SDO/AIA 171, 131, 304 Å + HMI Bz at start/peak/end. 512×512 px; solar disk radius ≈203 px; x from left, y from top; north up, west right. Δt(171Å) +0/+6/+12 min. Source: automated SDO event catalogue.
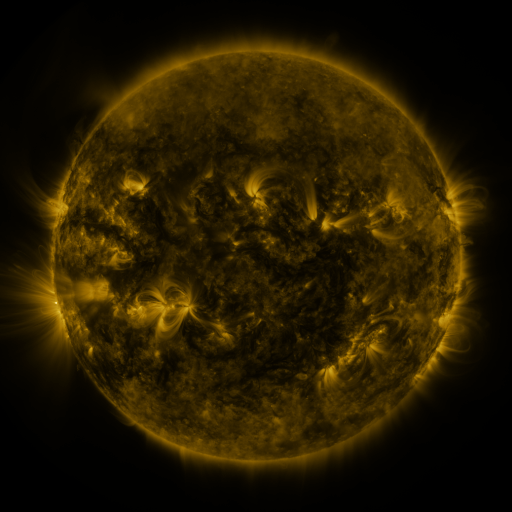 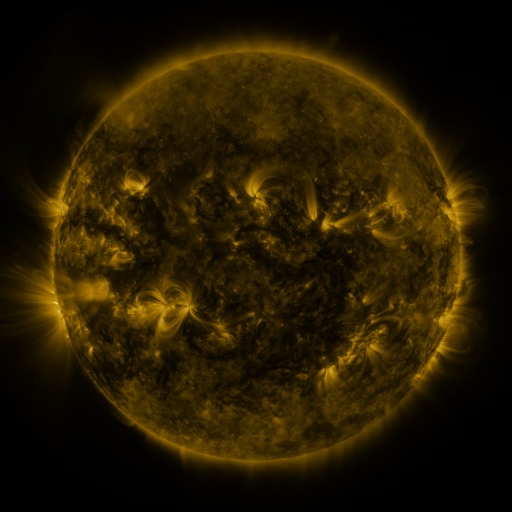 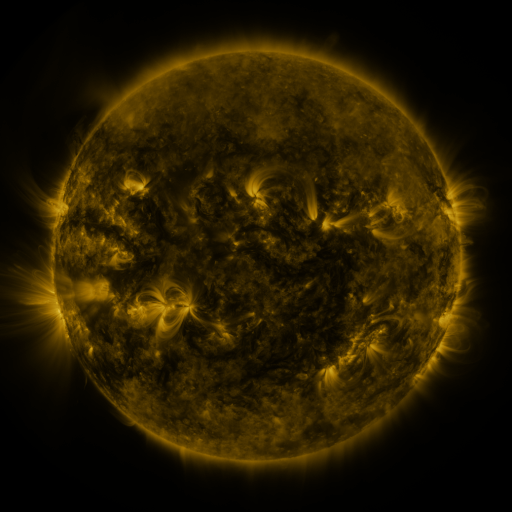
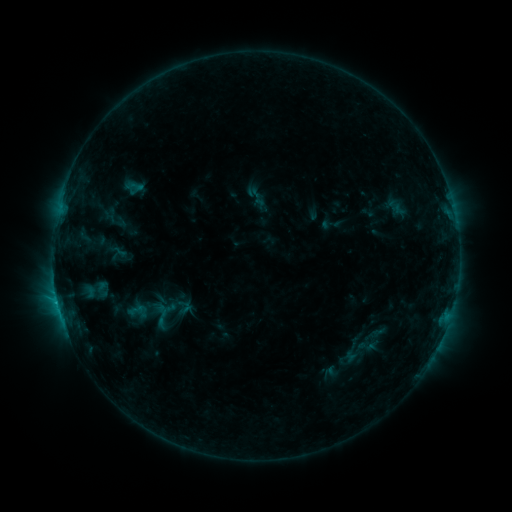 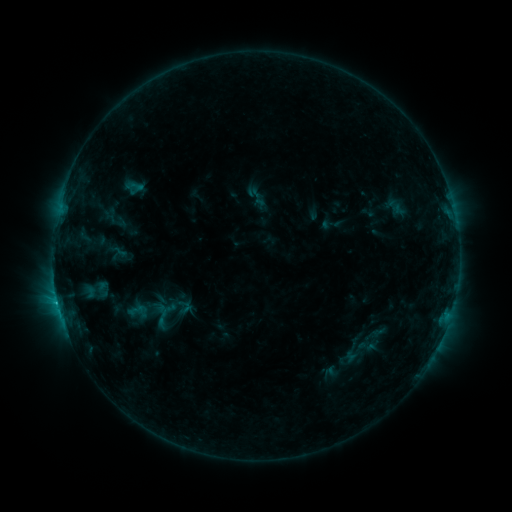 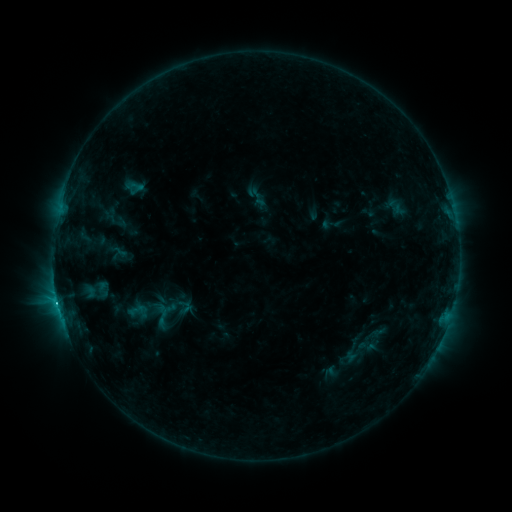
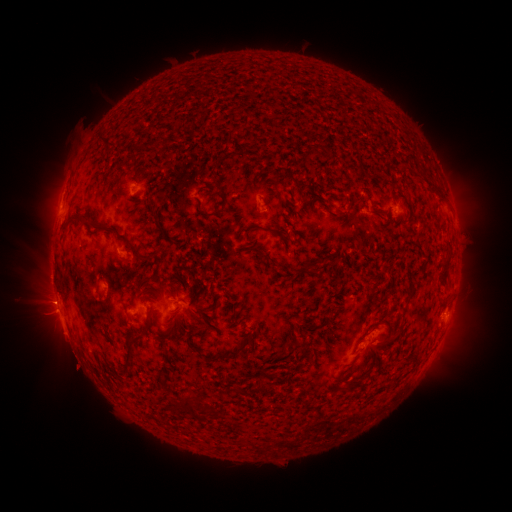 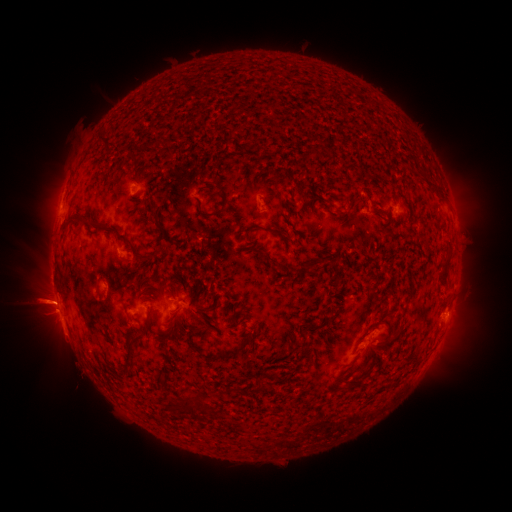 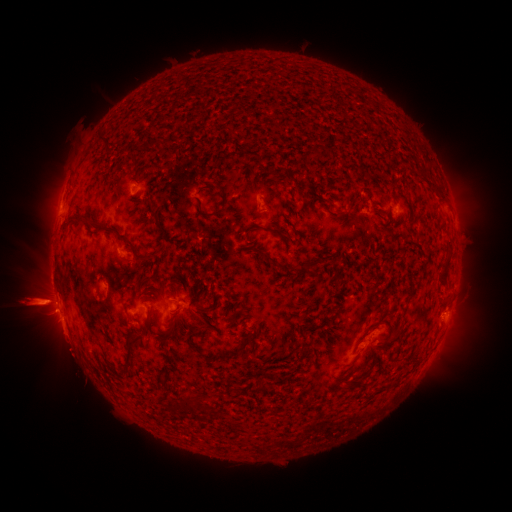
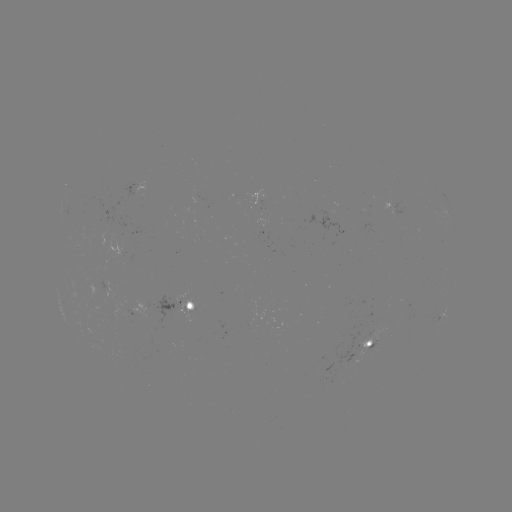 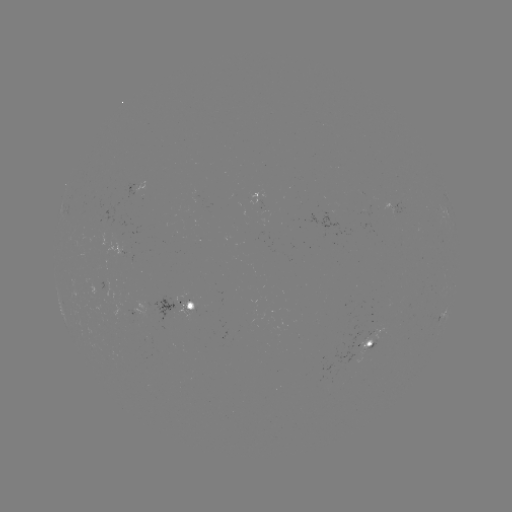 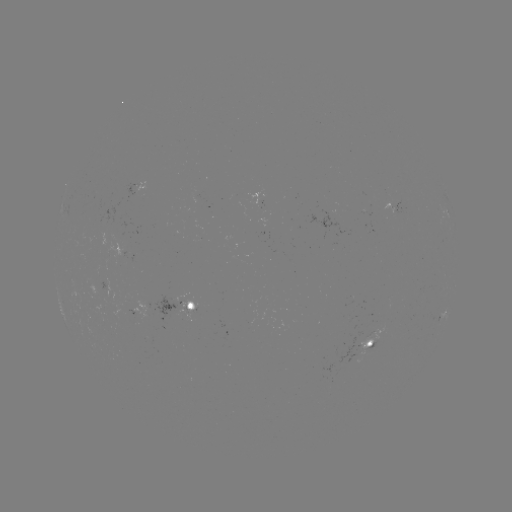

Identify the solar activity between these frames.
eruption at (44, 304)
